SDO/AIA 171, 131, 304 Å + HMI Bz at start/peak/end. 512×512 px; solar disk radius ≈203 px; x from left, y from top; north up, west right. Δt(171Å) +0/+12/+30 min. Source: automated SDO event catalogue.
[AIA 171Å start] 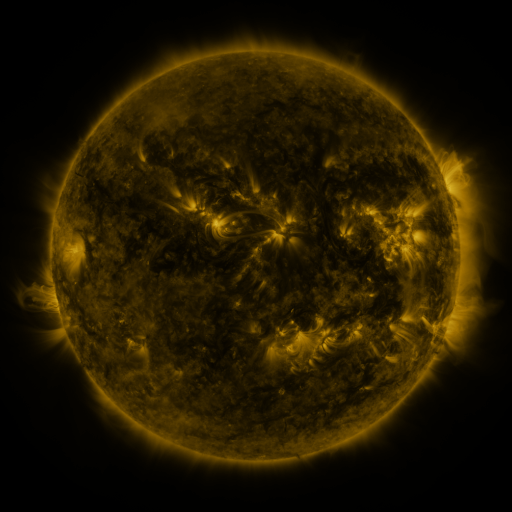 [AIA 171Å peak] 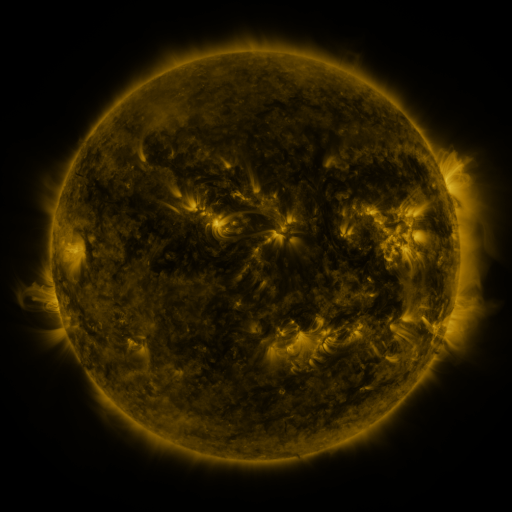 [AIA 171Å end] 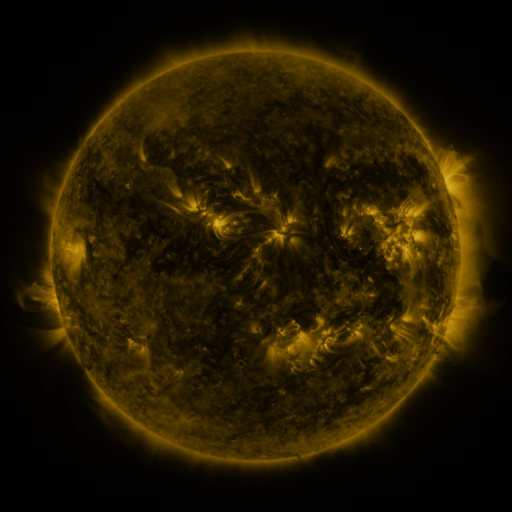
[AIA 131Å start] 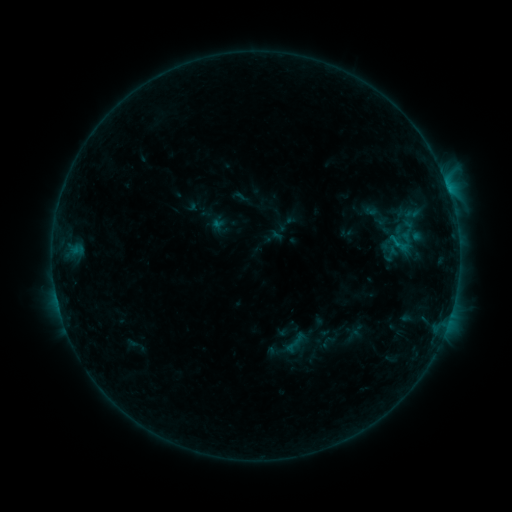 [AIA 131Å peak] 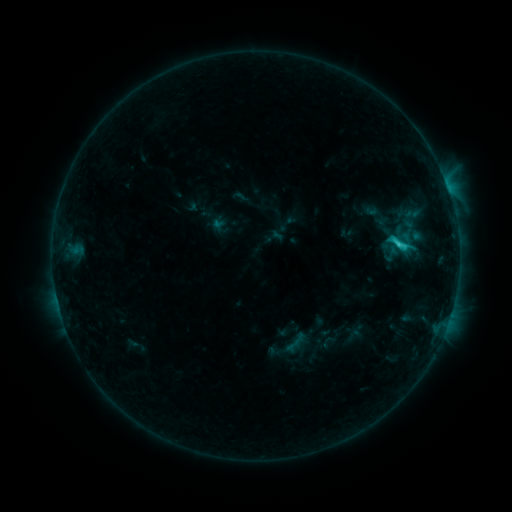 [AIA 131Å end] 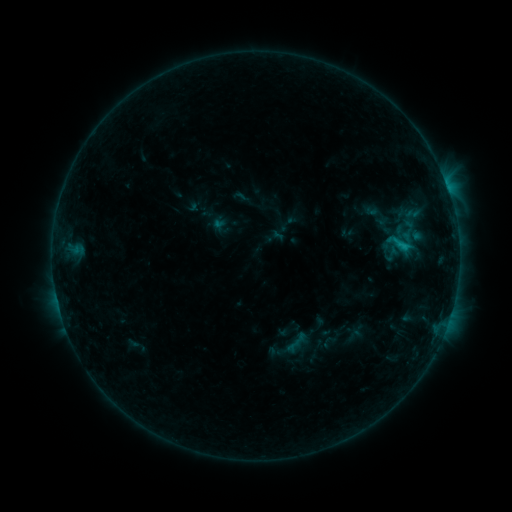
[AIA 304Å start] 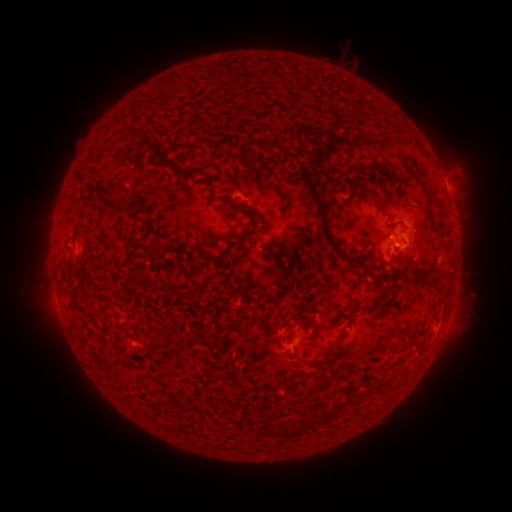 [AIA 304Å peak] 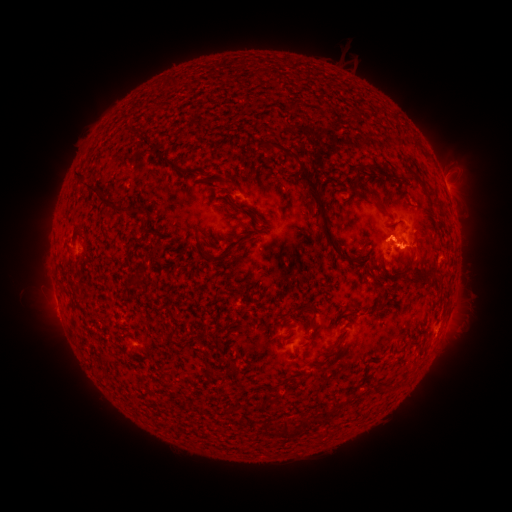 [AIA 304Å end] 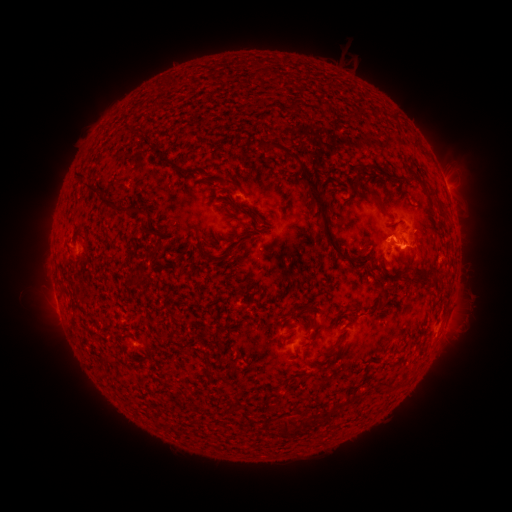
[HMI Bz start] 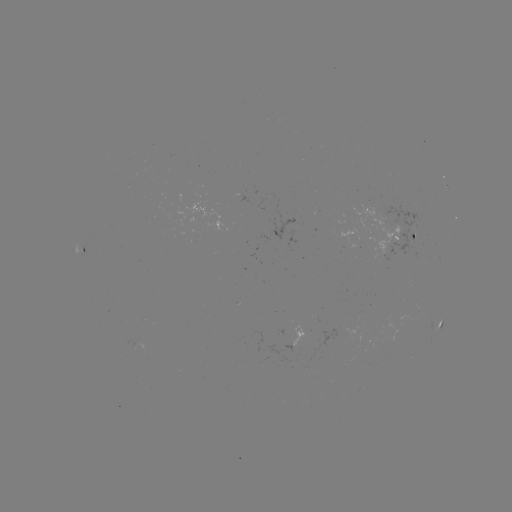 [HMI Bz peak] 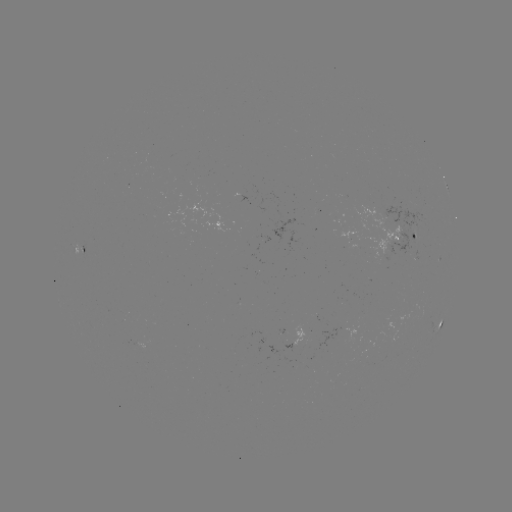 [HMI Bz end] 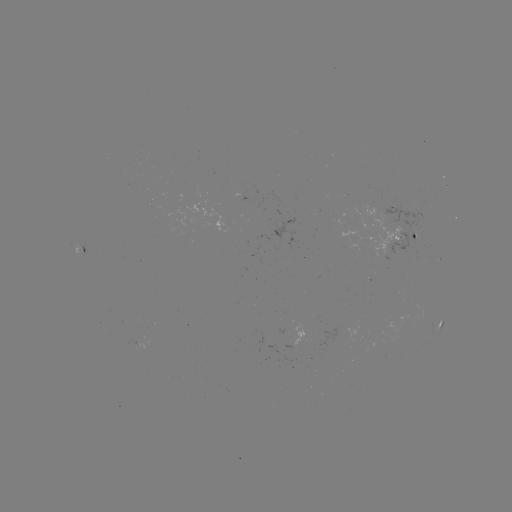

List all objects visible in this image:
C1.6 flare: (399, 248)
